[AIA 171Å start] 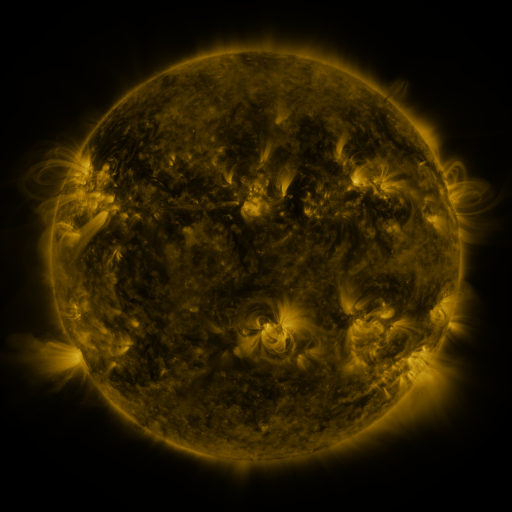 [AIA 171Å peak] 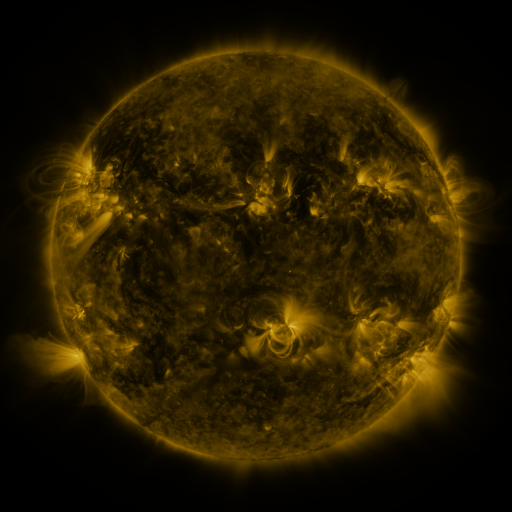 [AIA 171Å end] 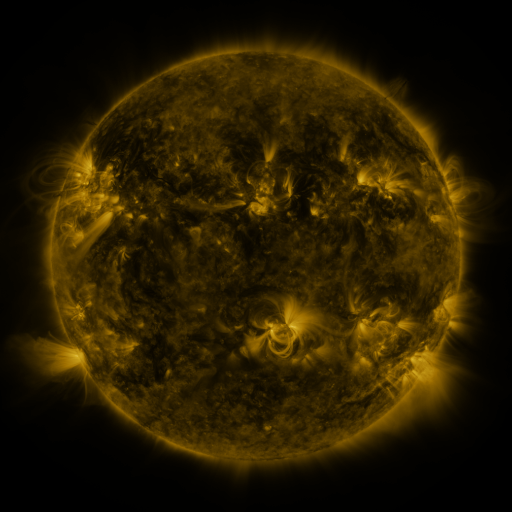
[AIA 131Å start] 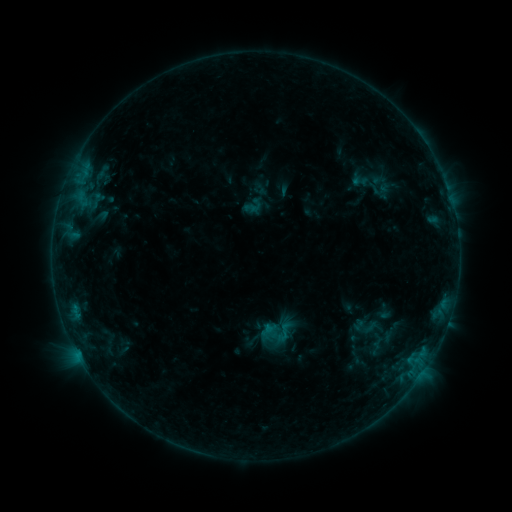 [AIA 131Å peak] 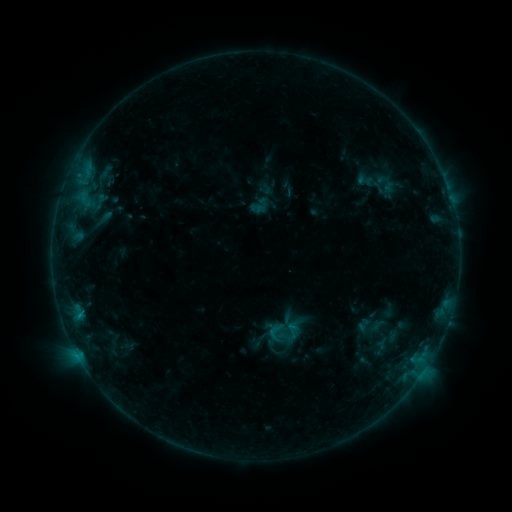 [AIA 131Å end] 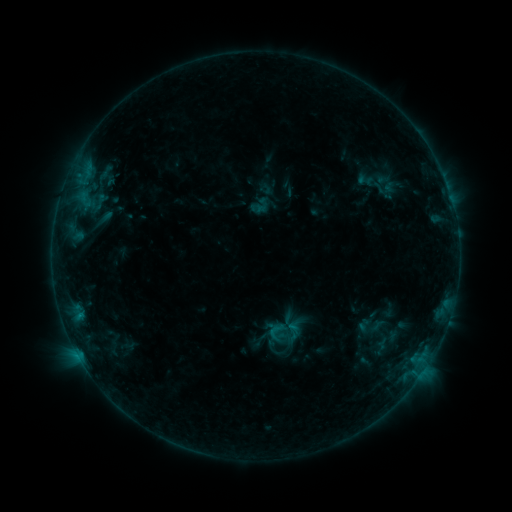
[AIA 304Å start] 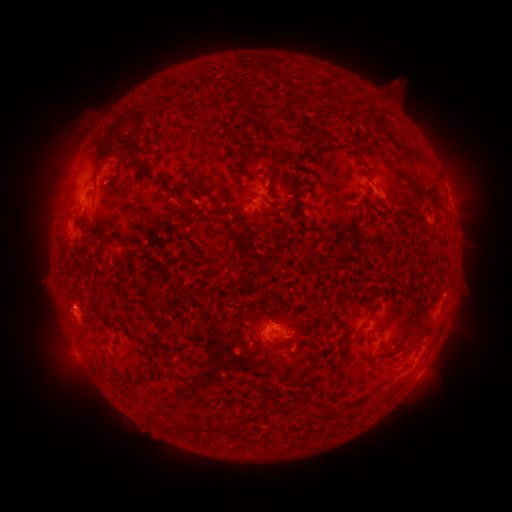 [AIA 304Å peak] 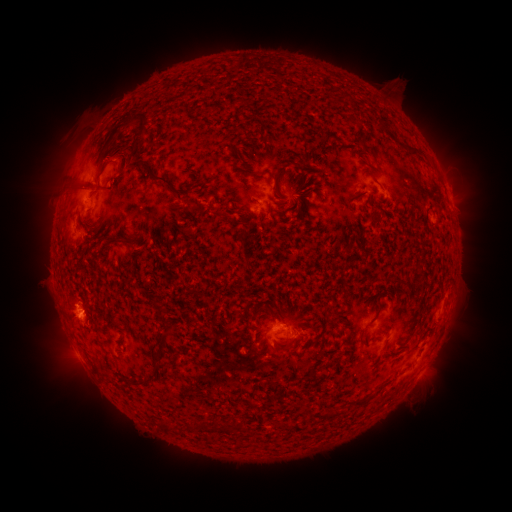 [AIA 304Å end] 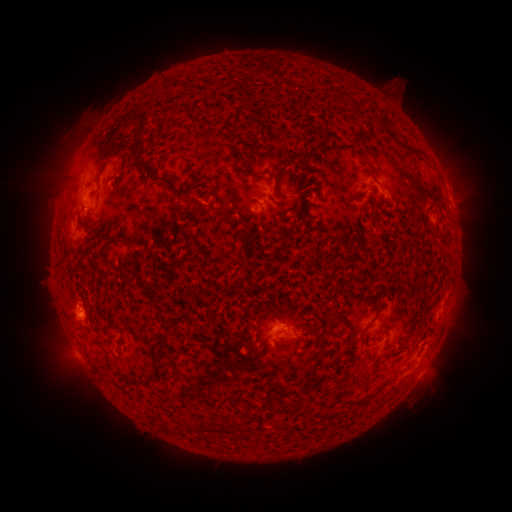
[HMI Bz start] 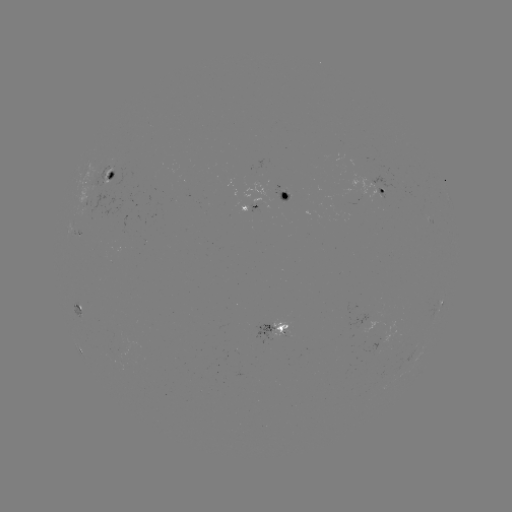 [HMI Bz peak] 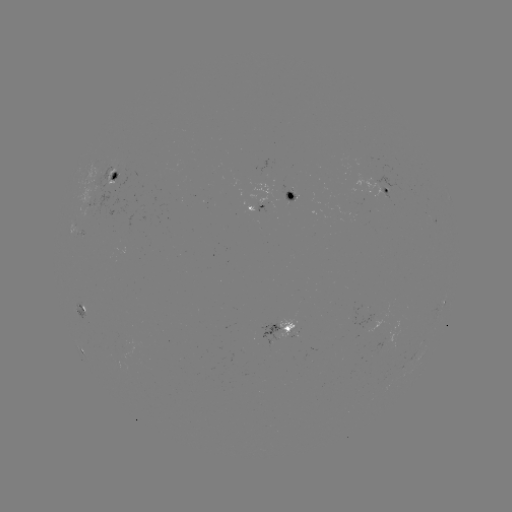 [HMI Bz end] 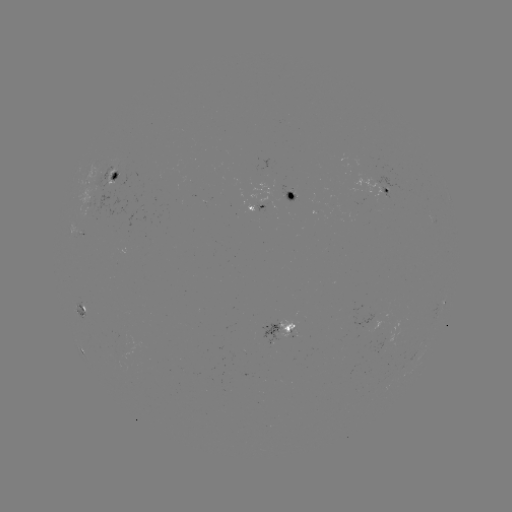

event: emerging-flux region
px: (290, 194)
